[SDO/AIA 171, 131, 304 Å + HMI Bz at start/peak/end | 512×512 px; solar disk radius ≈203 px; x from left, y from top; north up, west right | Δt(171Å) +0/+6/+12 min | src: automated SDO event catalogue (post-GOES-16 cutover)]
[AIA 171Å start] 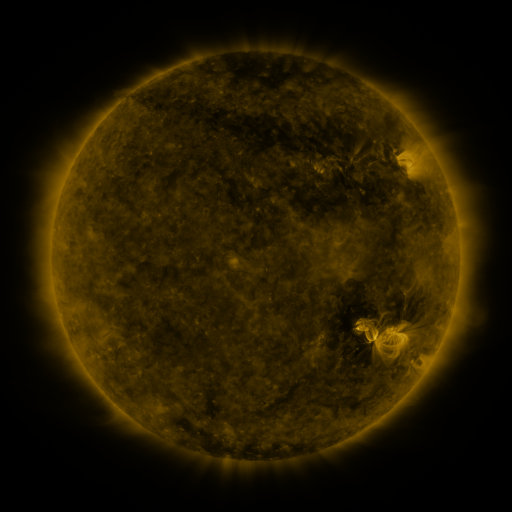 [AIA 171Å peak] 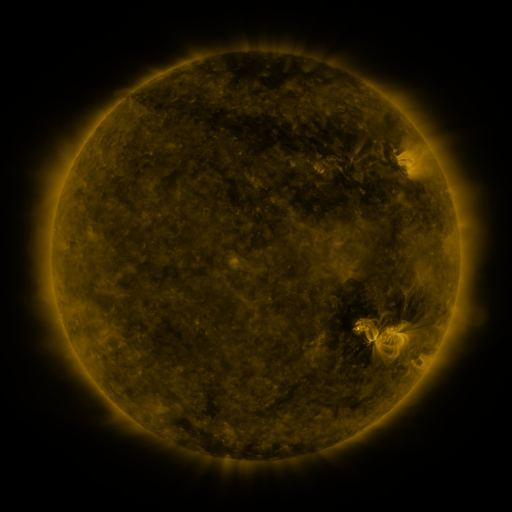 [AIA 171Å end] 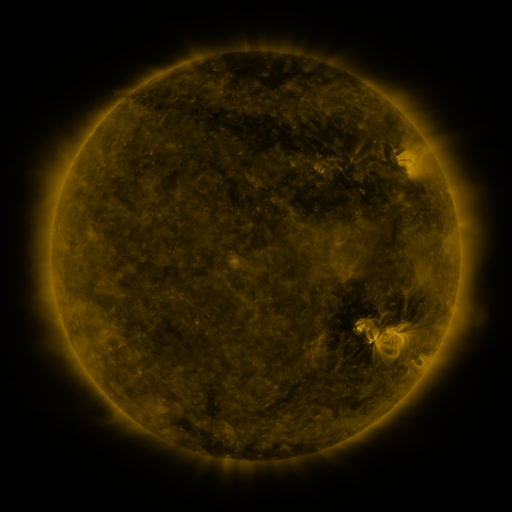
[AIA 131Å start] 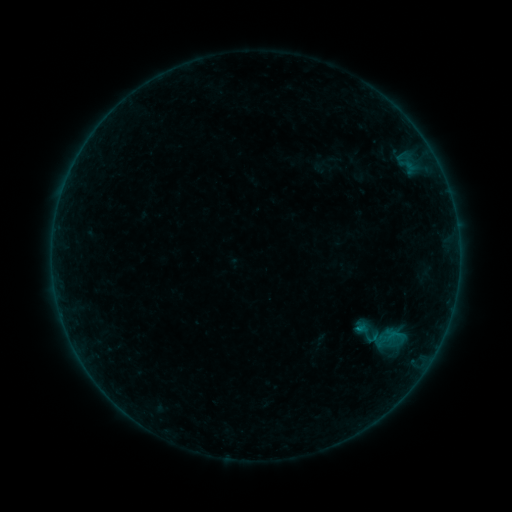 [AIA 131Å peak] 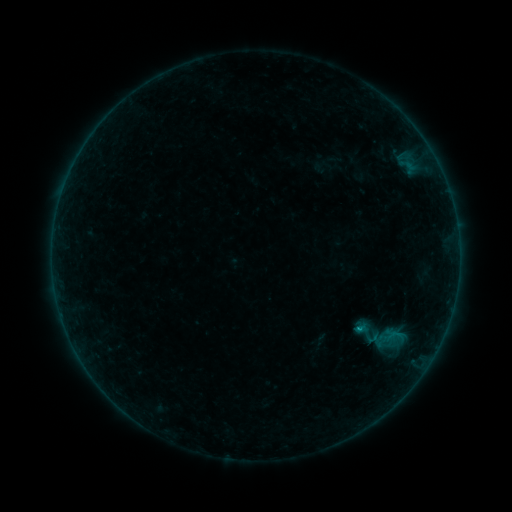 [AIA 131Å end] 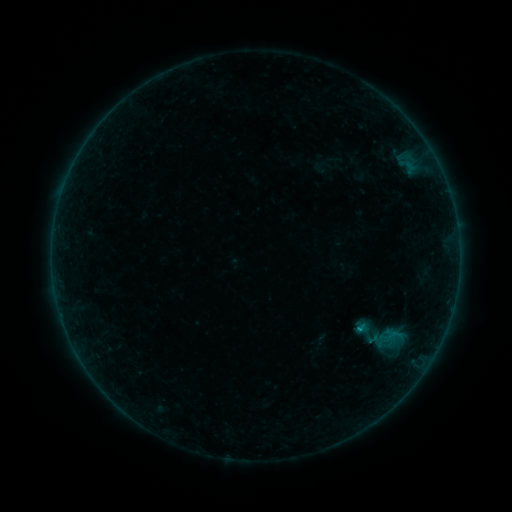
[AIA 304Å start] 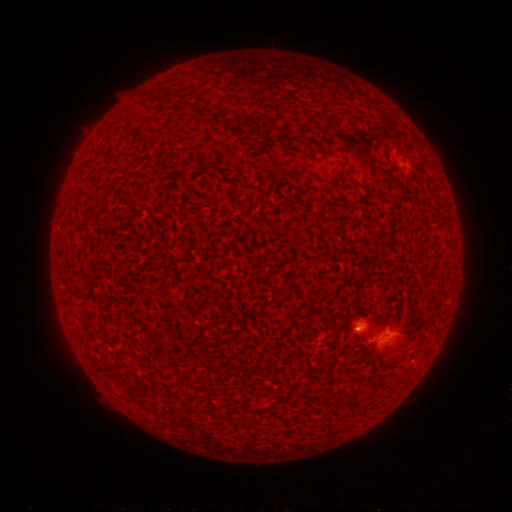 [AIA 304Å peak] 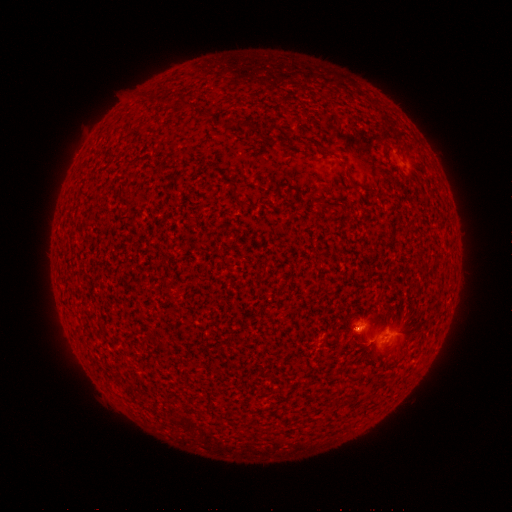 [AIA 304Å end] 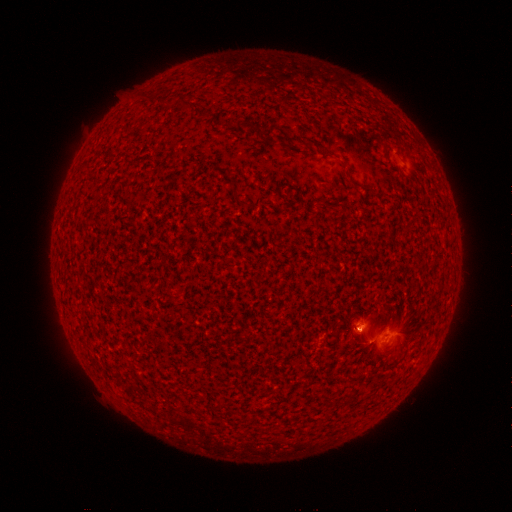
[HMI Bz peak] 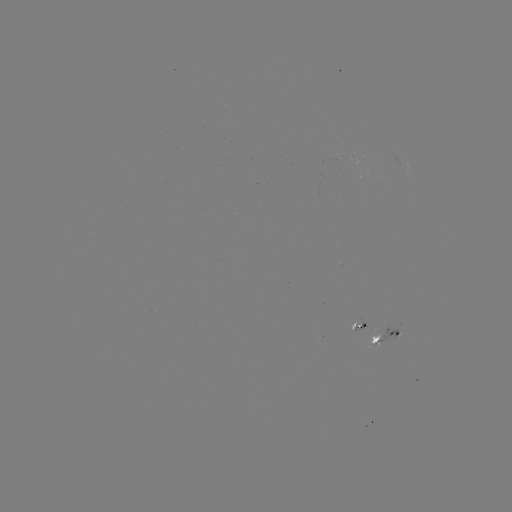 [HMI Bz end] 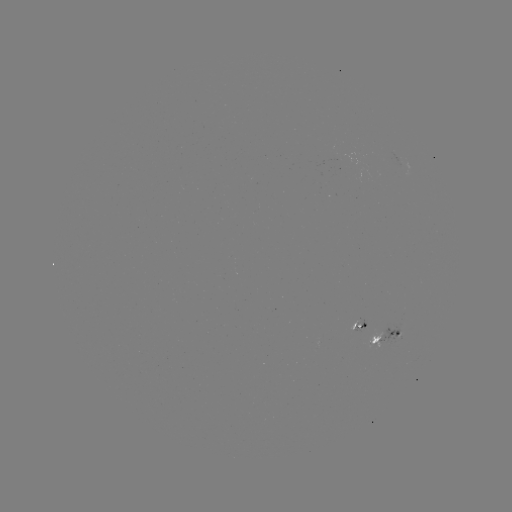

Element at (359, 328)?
B5.3 flare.